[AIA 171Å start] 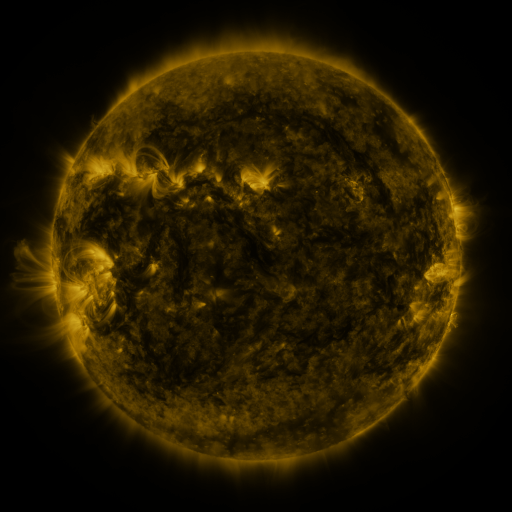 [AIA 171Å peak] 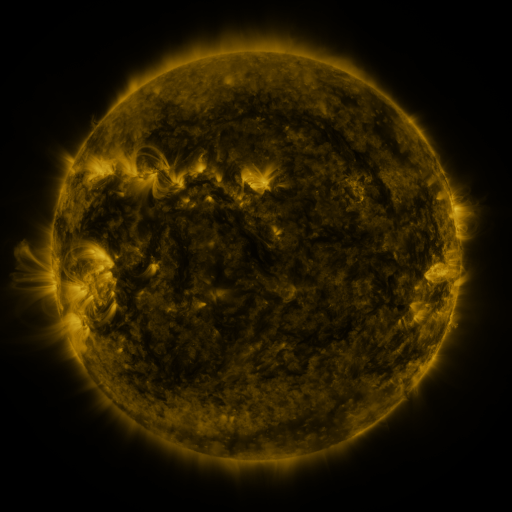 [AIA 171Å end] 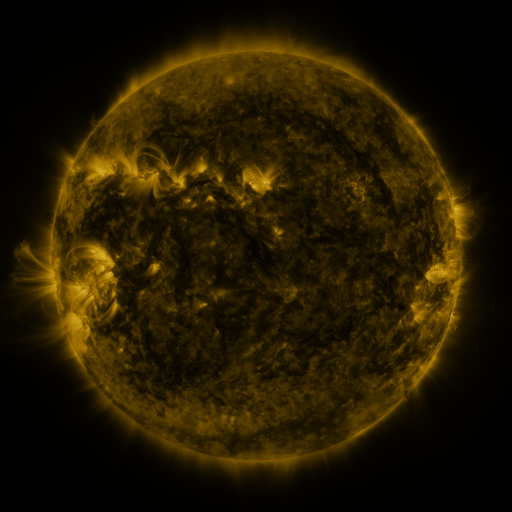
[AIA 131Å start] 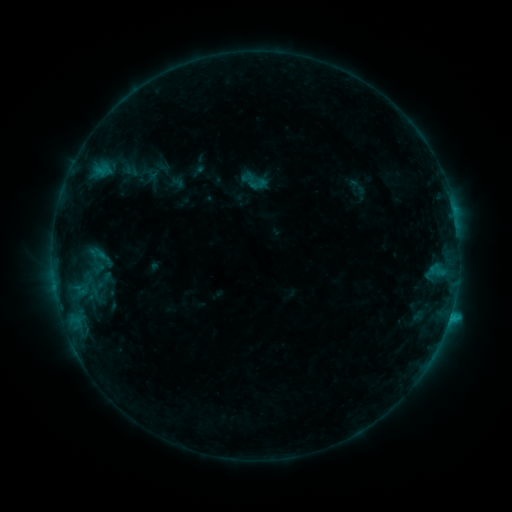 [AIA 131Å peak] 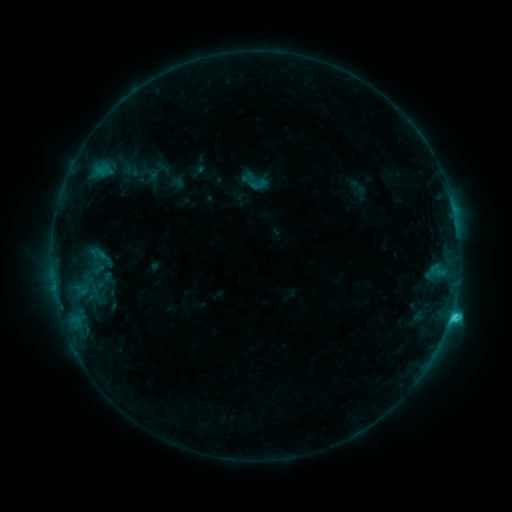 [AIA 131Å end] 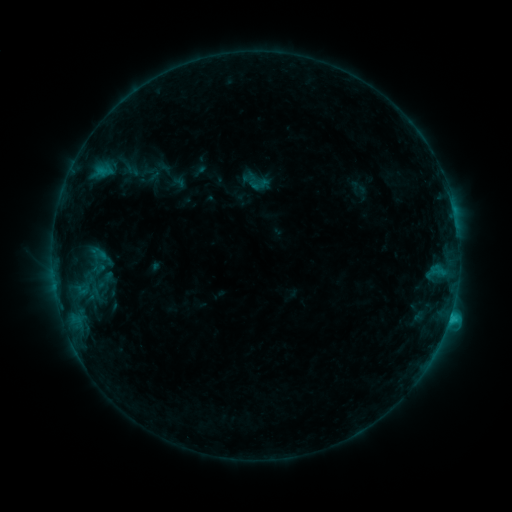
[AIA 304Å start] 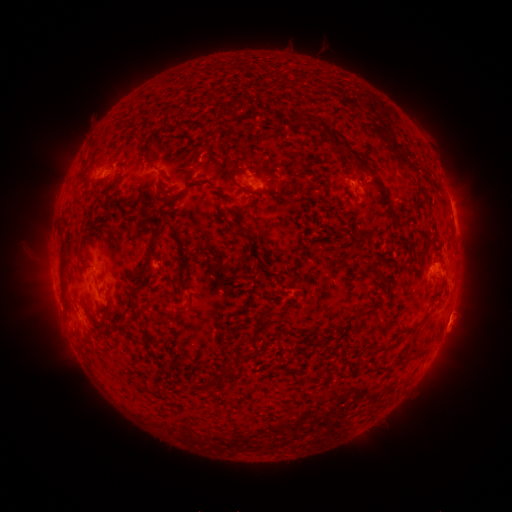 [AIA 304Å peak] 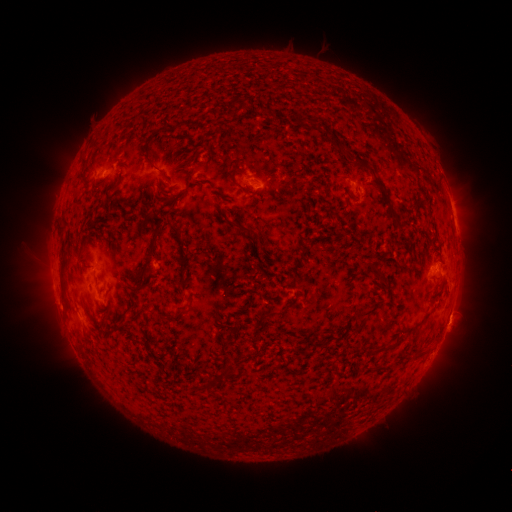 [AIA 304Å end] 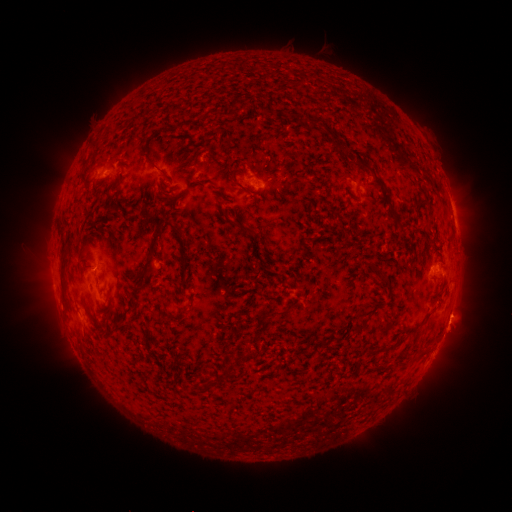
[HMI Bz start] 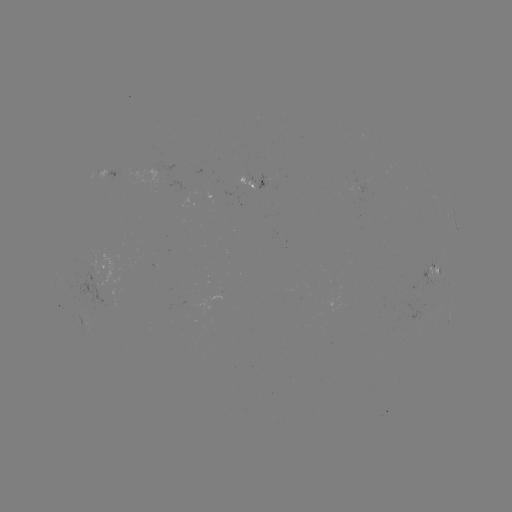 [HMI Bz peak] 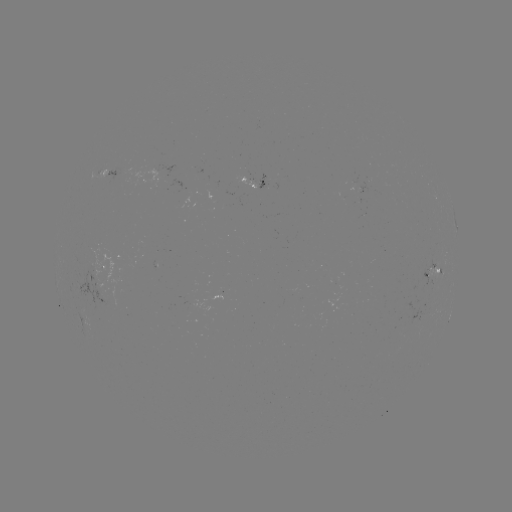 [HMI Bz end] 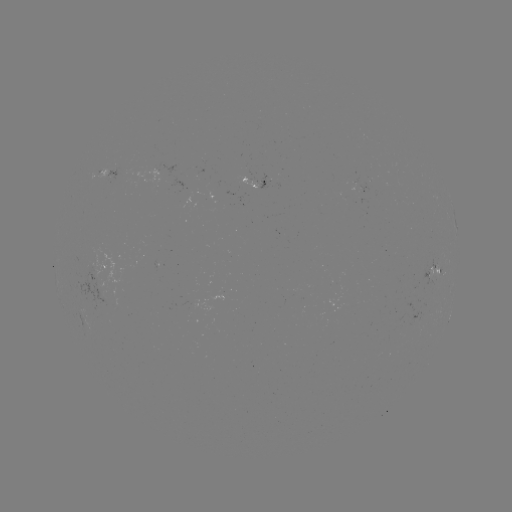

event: flare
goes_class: C2.3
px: (450, 314)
